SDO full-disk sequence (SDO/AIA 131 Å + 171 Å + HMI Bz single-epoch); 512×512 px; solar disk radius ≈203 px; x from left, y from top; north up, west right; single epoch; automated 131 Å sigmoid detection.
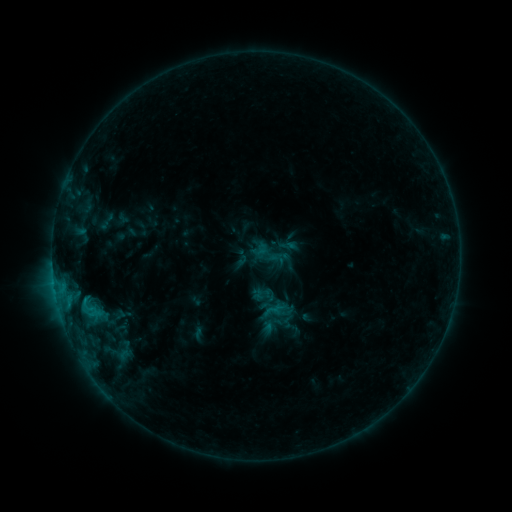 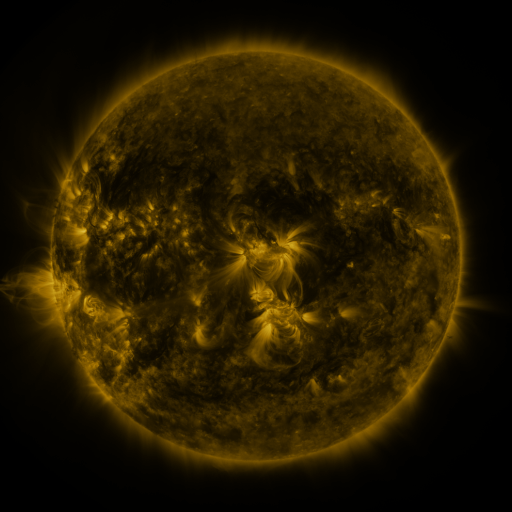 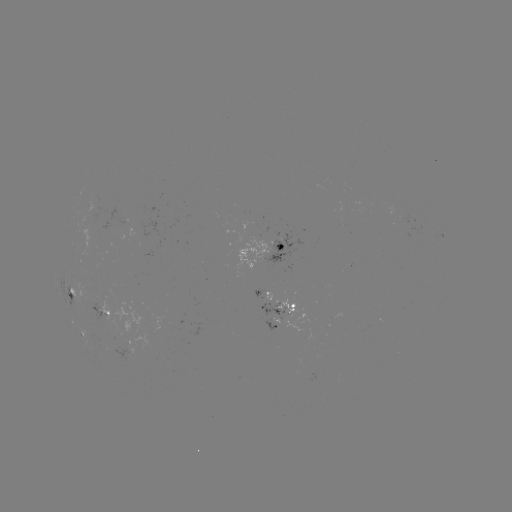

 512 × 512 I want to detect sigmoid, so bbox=[232, 249, 251, 267].